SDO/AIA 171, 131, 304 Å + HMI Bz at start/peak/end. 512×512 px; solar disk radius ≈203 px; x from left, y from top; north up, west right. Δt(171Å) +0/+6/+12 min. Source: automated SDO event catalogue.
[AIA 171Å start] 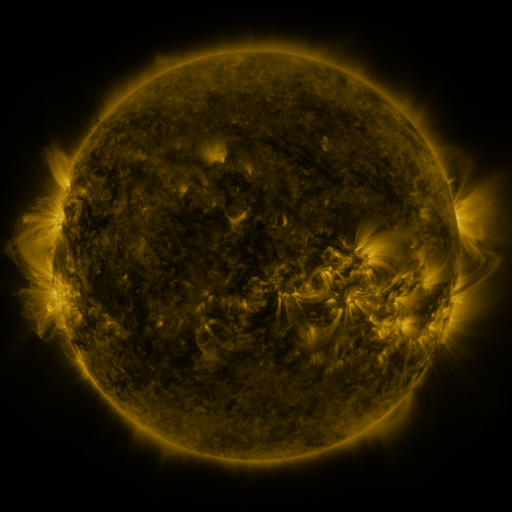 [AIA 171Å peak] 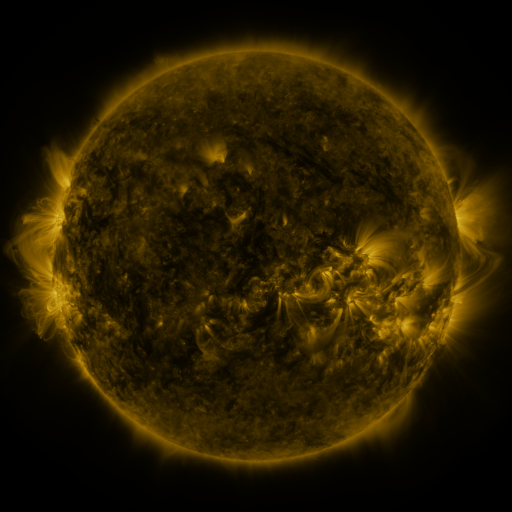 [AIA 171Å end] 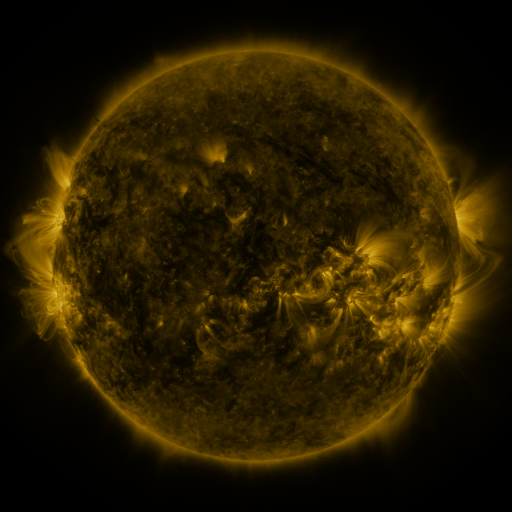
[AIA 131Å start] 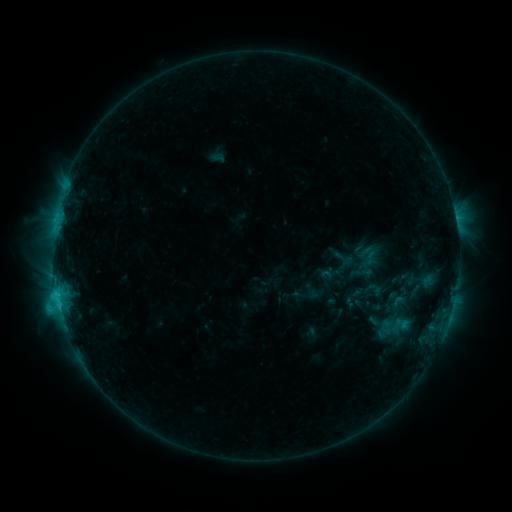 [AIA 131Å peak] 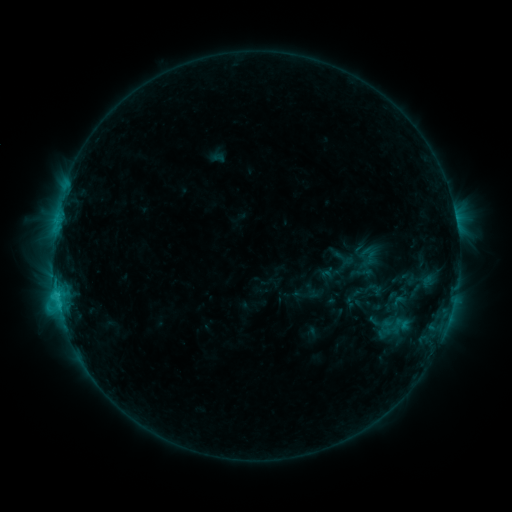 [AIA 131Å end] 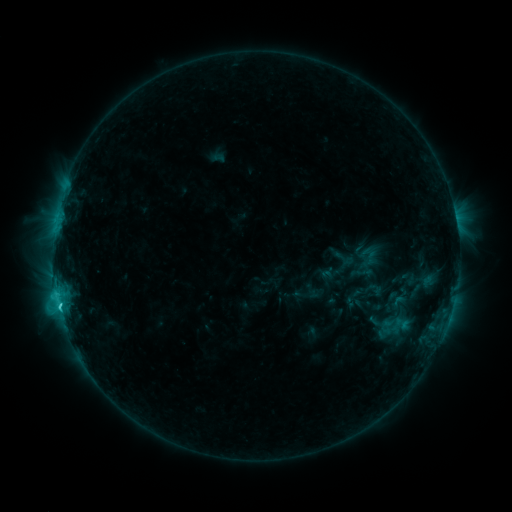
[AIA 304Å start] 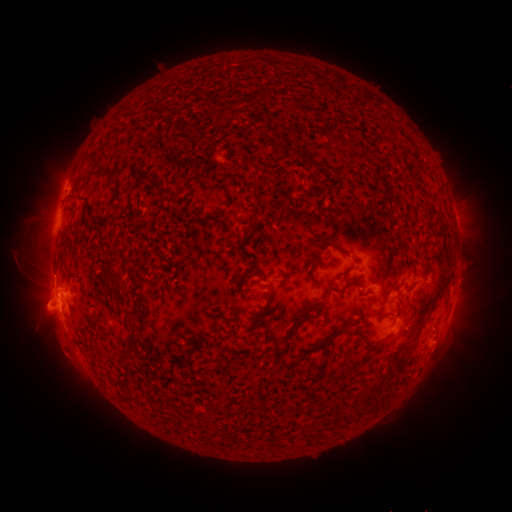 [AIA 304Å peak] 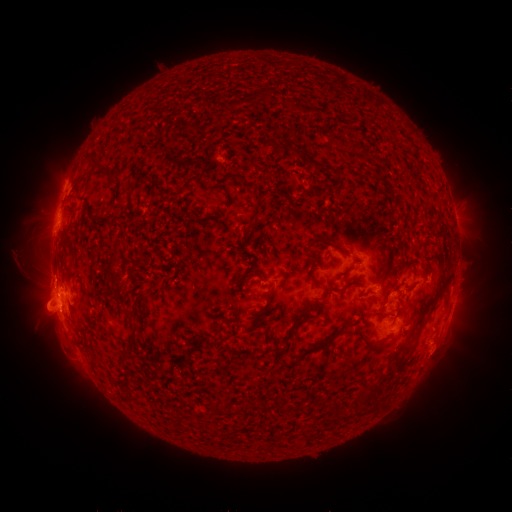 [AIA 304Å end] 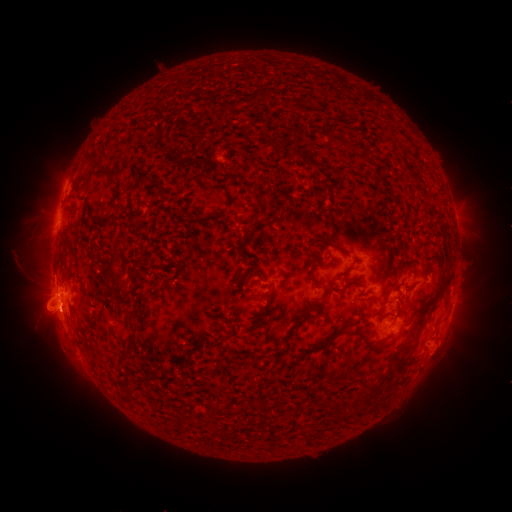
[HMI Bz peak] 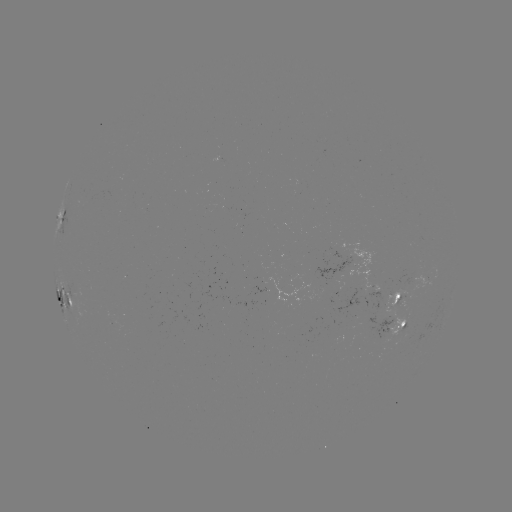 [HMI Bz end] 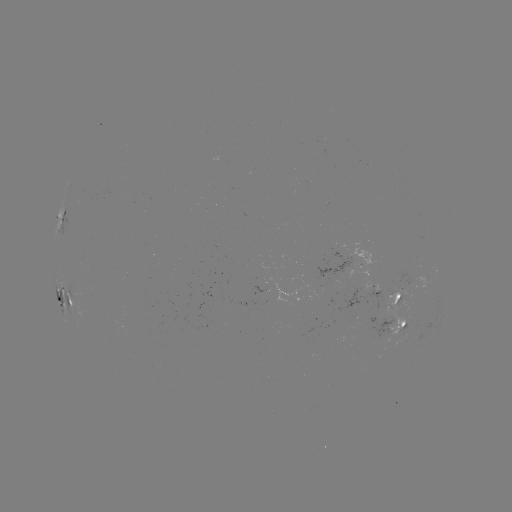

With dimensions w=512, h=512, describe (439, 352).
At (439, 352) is eruption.